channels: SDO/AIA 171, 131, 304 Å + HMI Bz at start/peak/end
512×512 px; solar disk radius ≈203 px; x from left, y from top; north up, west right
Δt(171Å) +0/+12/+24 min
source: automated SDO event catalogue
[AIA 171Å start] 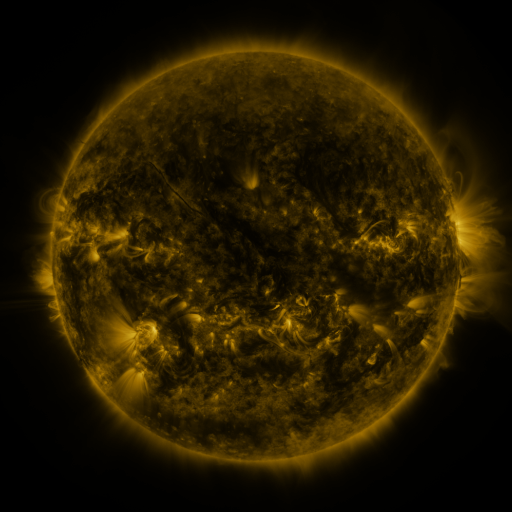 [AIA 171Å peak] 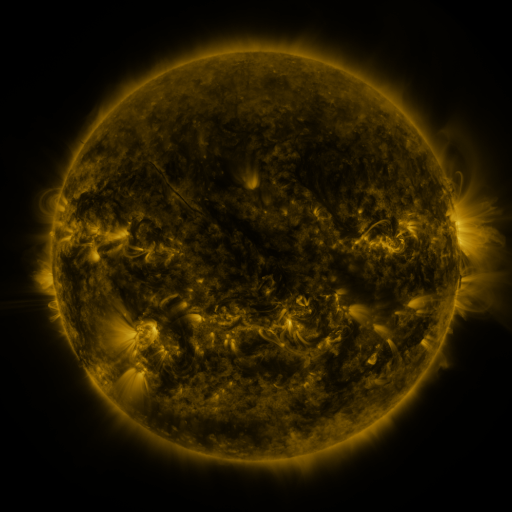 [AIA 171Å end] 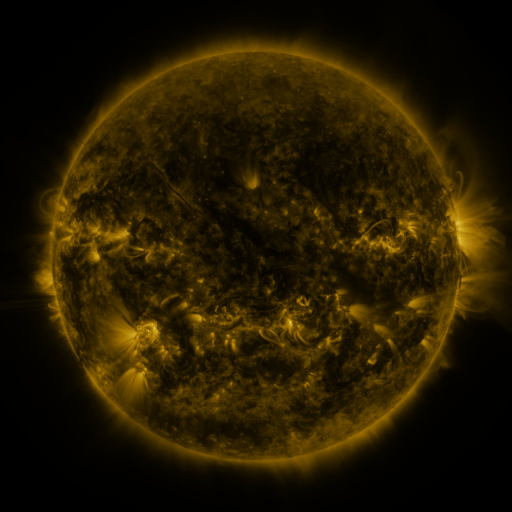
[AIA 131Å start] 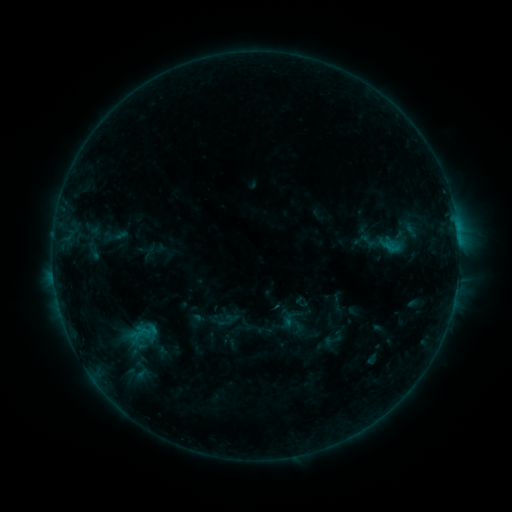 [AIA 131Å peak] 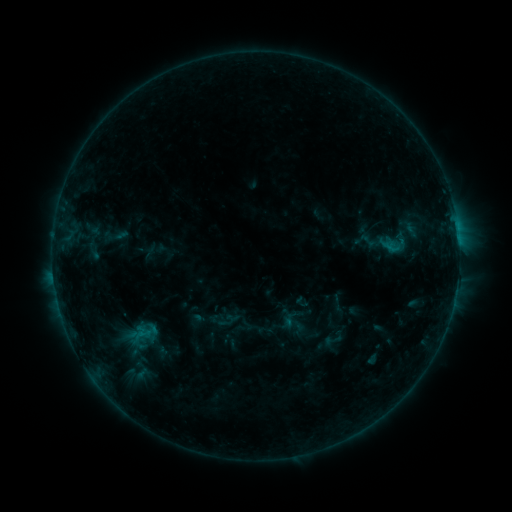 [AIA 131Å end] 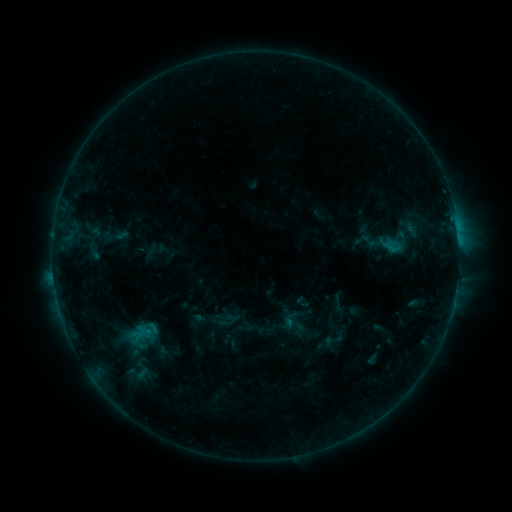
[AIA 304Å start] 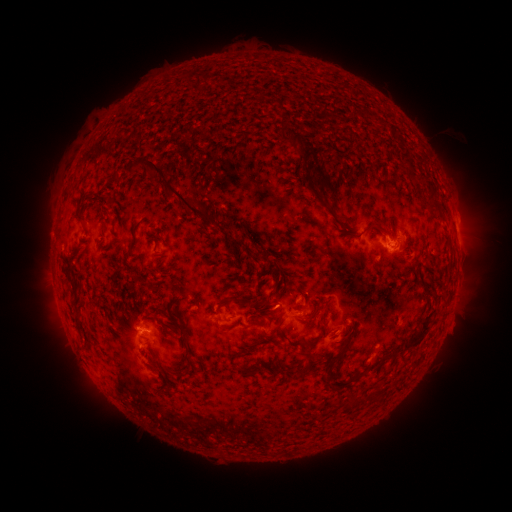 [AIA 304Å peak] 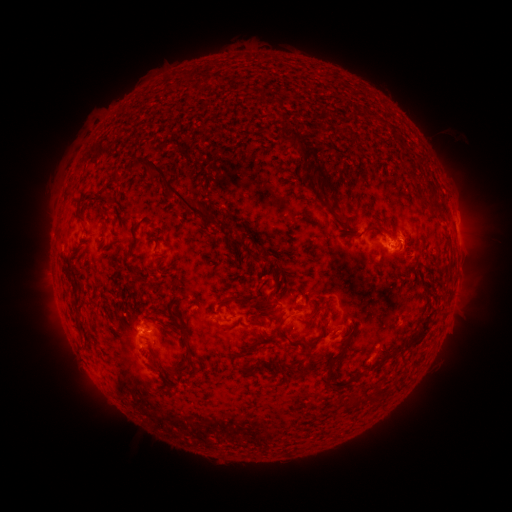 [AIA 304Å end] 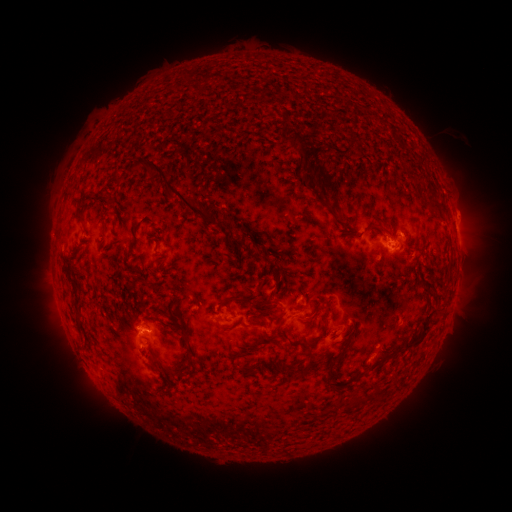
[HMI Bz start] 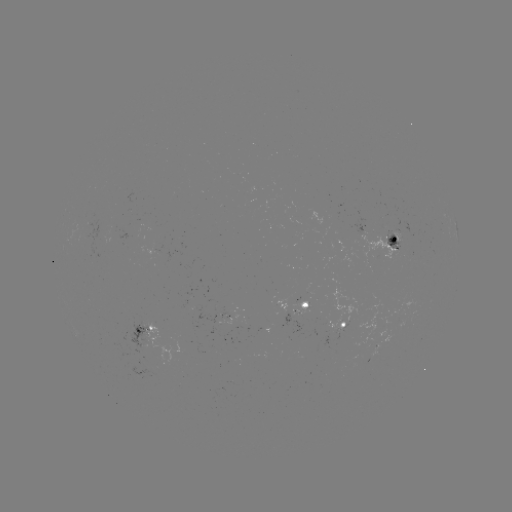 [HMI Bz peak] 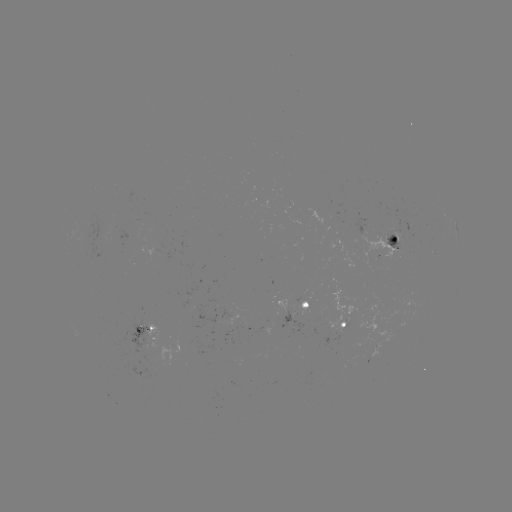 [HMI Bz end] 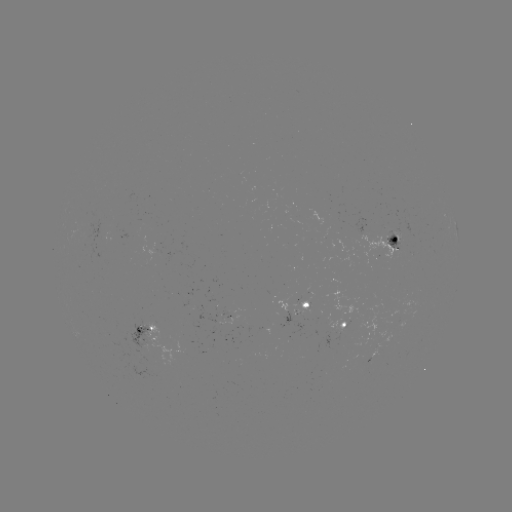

no catalogued flare and no flagged EUV brightening in this window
